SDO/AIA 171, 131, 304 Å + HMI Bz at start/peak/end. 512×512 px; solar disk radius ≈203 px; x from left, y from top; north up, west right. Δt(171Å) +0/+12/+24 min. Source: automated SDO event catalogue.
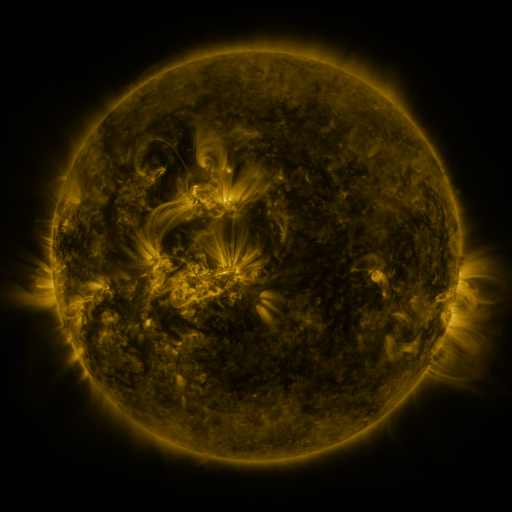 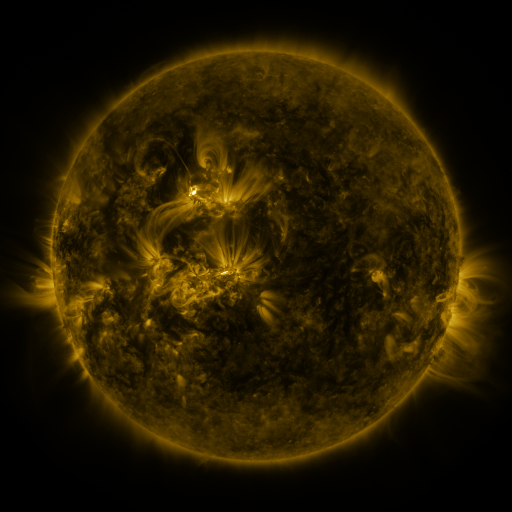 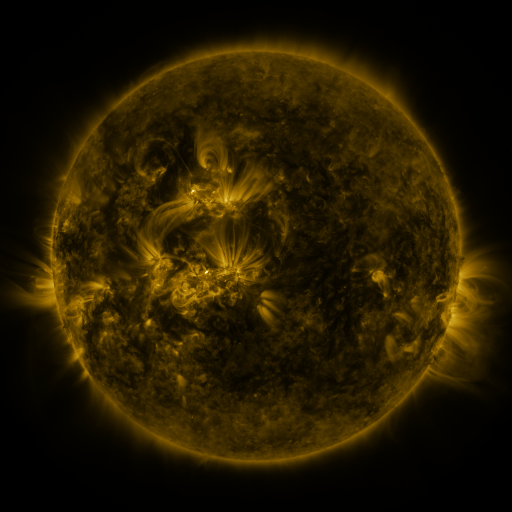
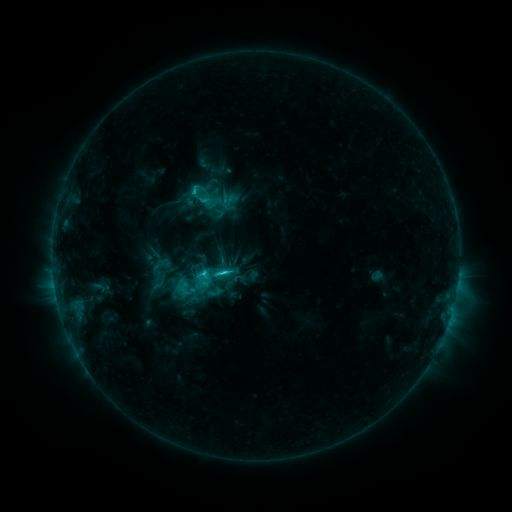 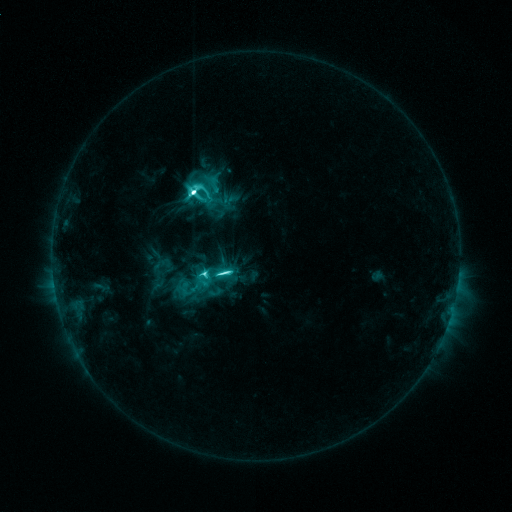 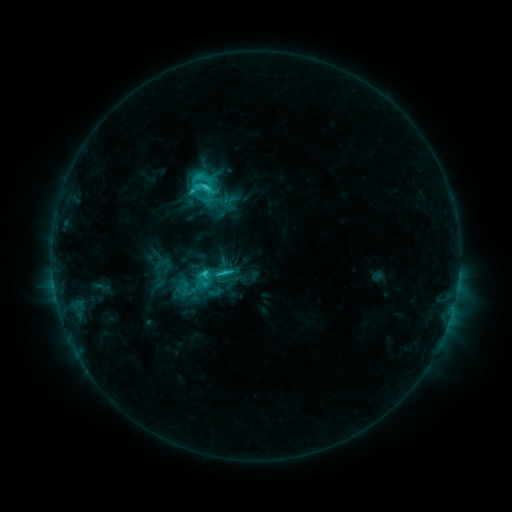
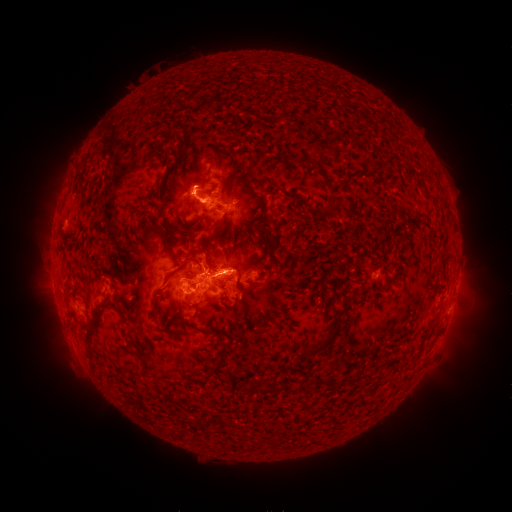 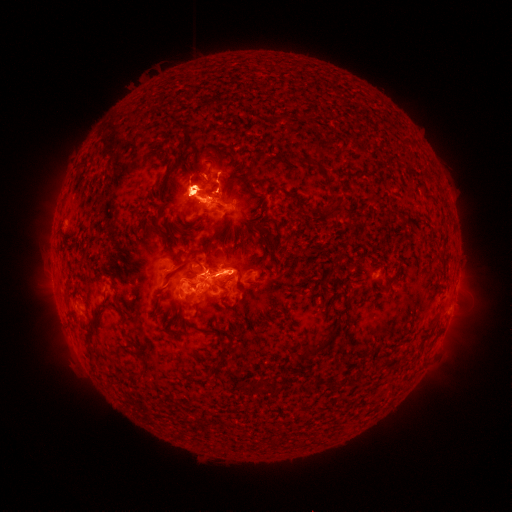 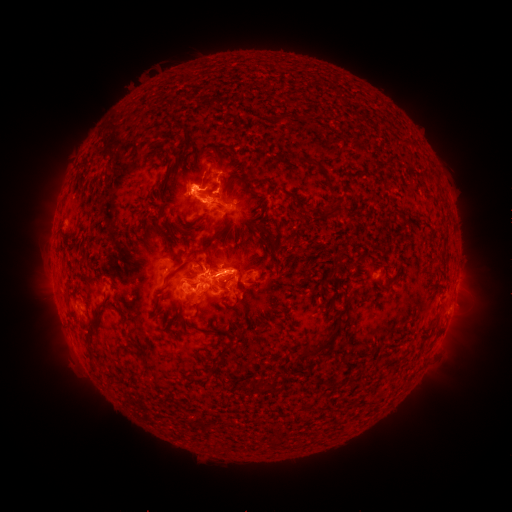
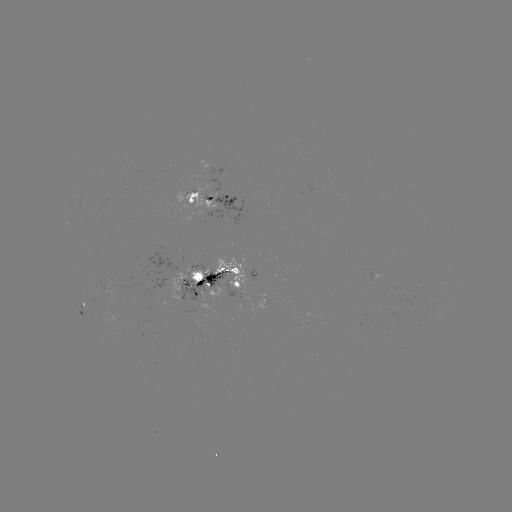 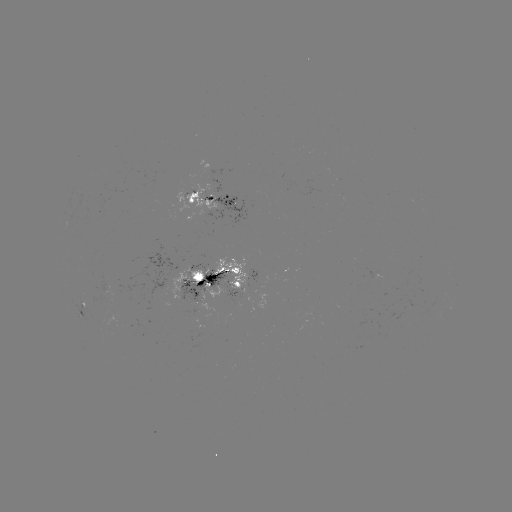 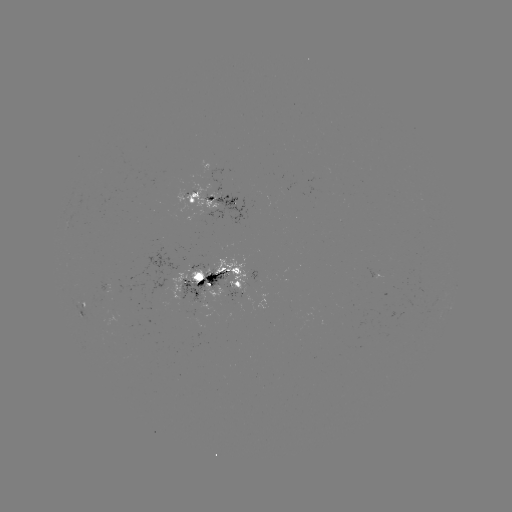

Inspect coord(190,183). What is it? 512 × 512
eruption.